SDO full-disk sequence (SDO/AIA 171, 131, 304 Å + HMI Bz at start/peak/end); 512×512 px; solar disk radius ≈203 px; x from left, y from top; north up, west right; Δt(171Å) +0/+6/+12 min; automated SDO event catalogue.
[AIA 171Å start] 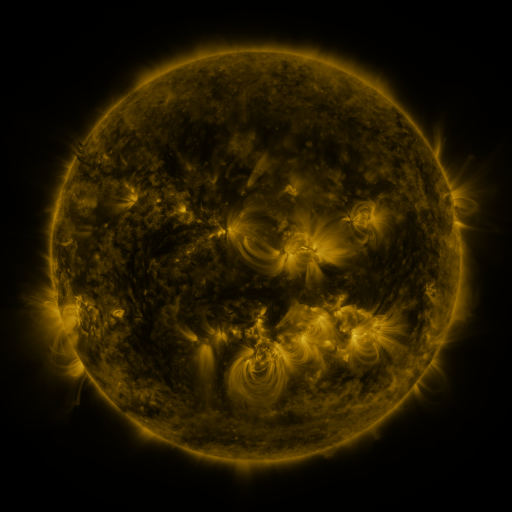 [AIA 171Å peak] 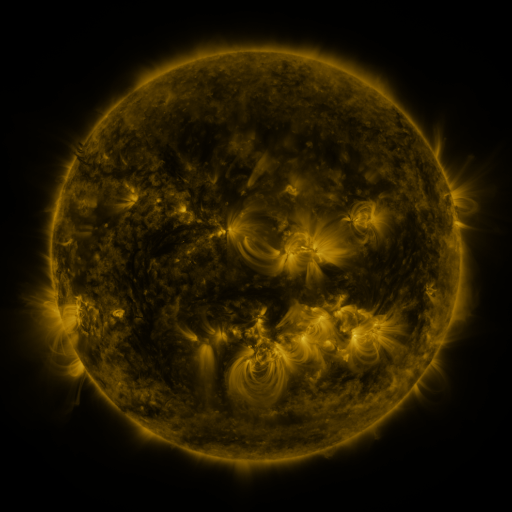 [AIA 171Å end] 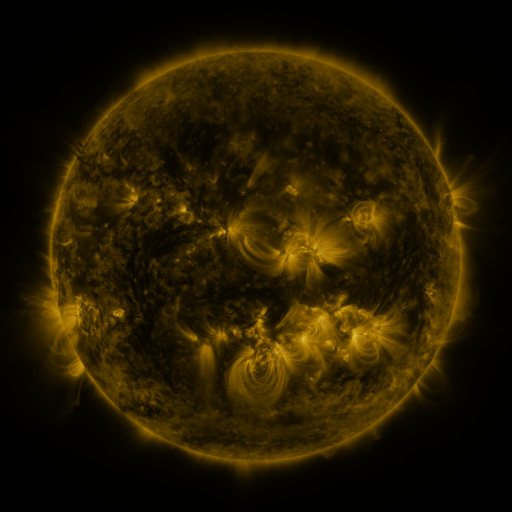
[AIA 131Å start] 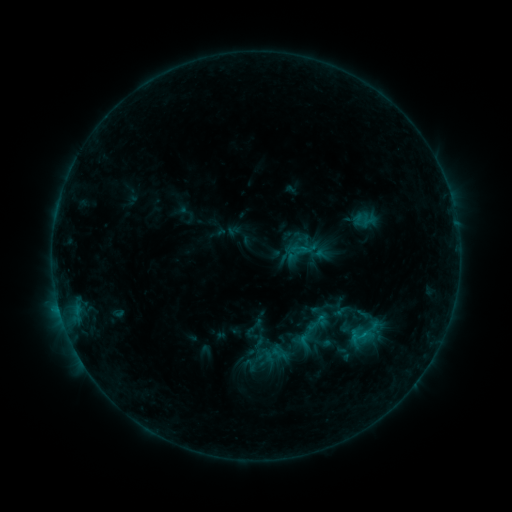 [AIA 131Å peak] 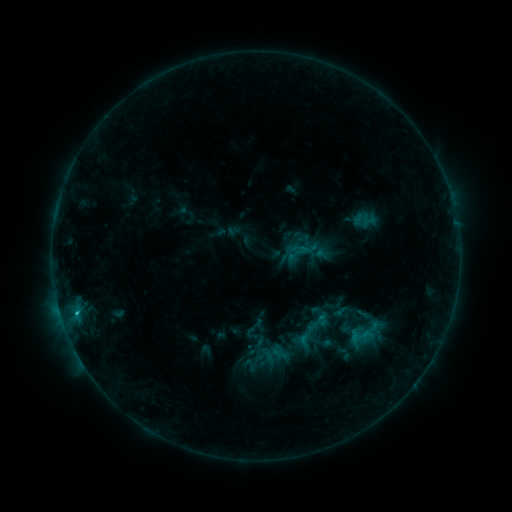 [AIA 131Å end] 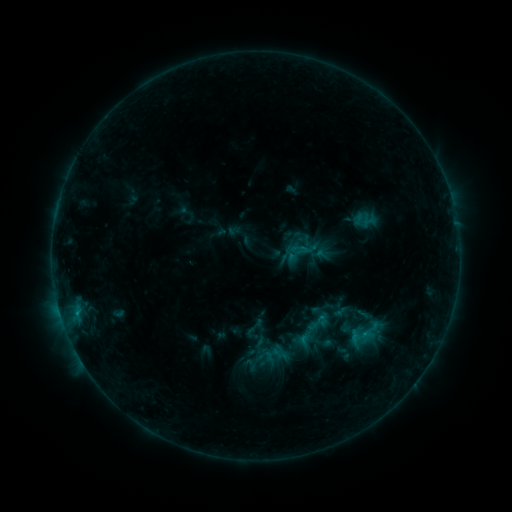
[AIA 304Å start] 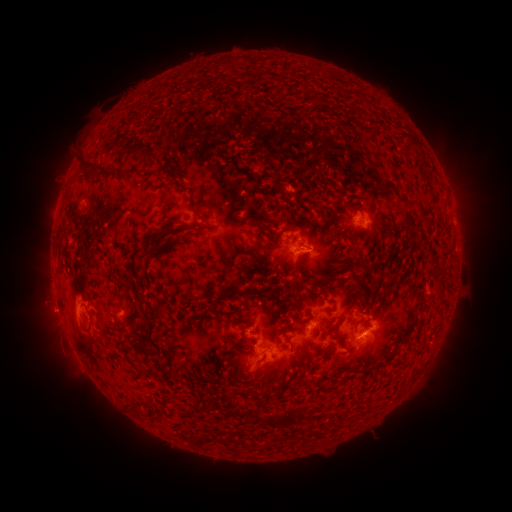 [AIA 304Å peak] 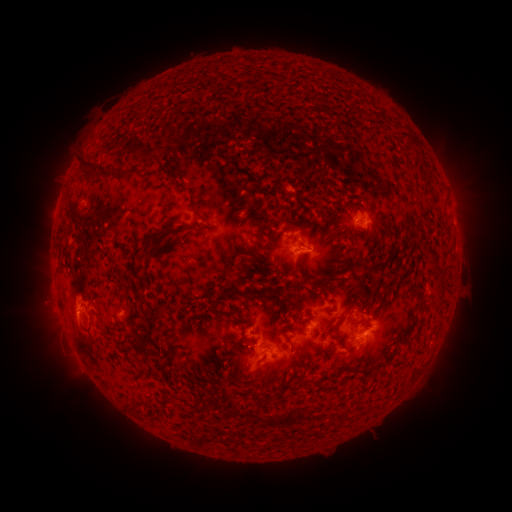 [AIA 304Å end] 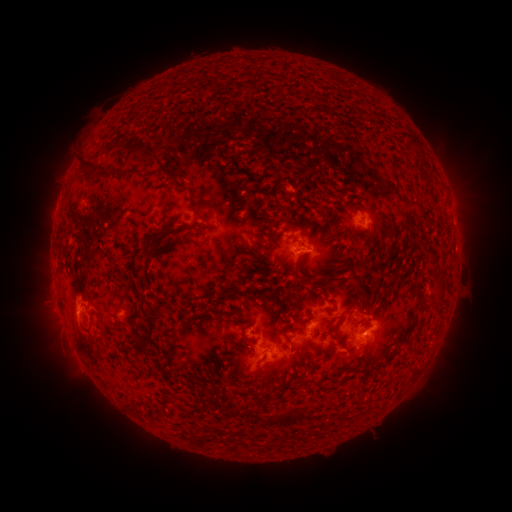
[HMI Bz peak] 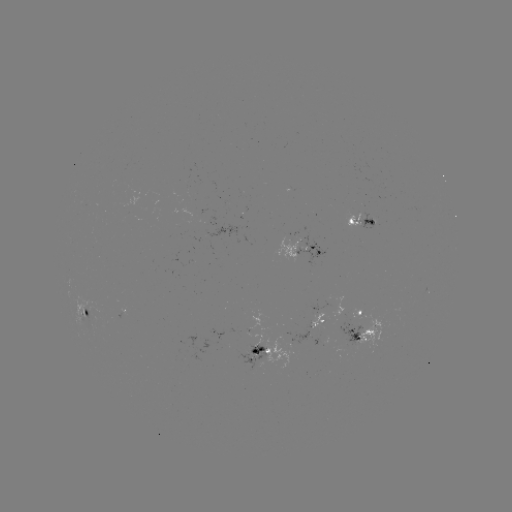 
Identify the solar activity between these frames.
B9.3 flare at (77, 311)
